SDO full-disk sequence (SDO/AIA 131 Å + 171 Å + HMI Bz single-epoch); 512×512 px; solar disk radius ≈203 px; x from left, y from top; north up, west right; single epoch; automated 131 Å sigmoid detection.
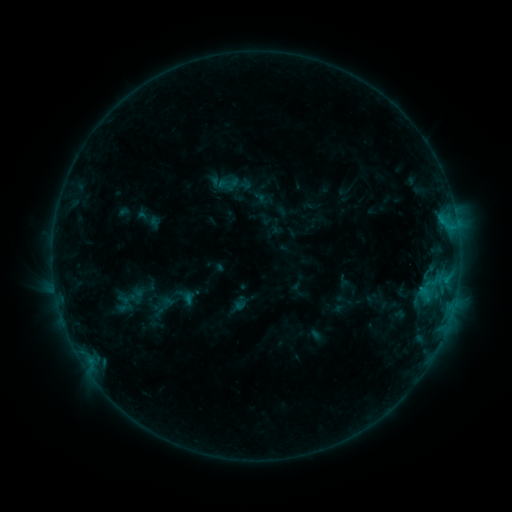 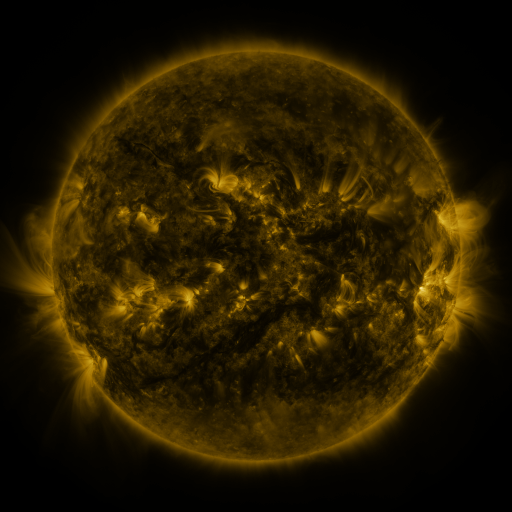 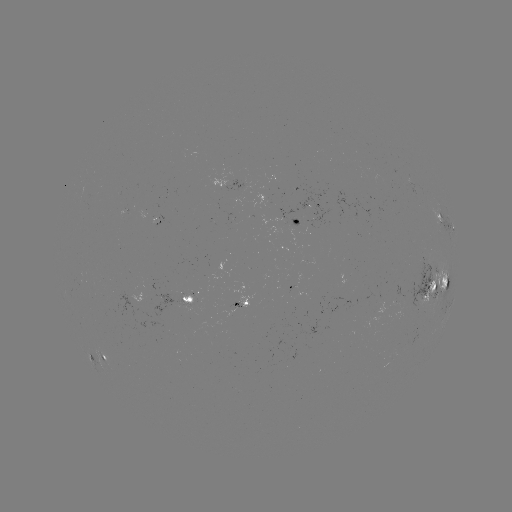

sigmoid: <bbox>160, 285, 187, 308</bbox>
